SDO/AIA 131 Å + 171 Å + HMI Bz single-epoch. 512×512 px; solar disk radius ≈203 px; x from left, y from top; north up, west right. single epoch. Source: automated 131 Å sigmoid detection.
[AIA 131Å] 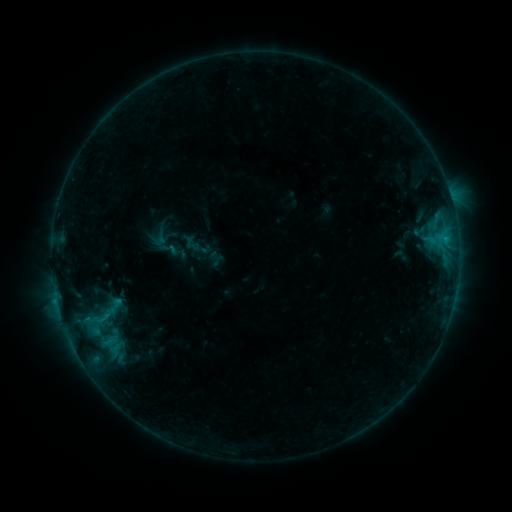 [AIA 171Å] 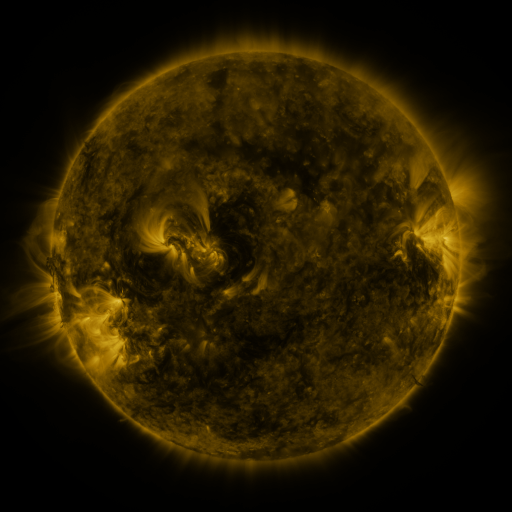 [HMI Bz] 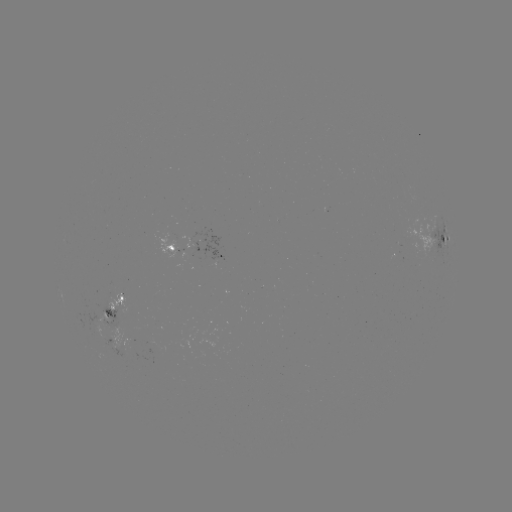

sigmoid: [94, 294, 128, 323]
